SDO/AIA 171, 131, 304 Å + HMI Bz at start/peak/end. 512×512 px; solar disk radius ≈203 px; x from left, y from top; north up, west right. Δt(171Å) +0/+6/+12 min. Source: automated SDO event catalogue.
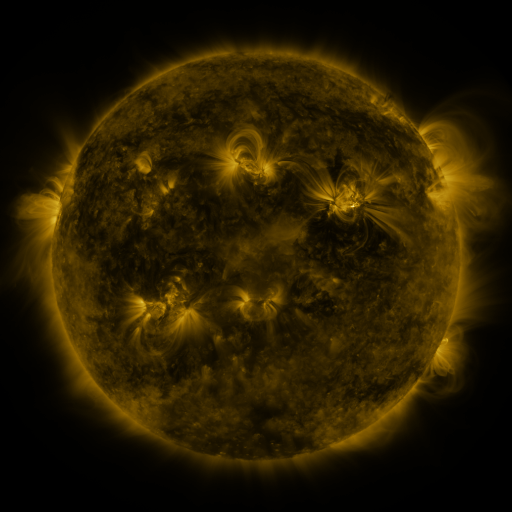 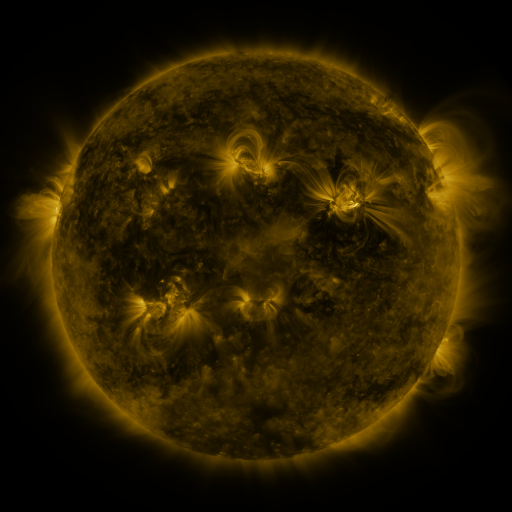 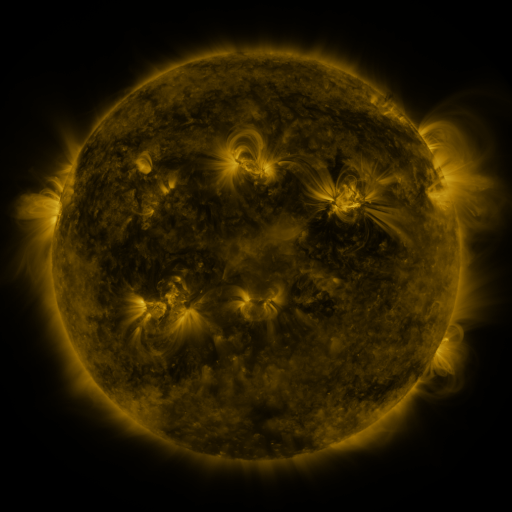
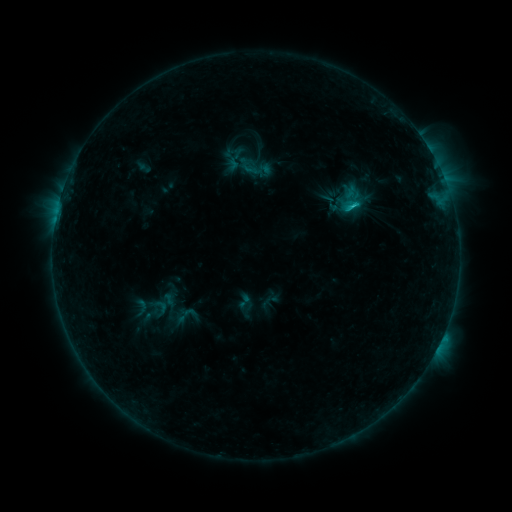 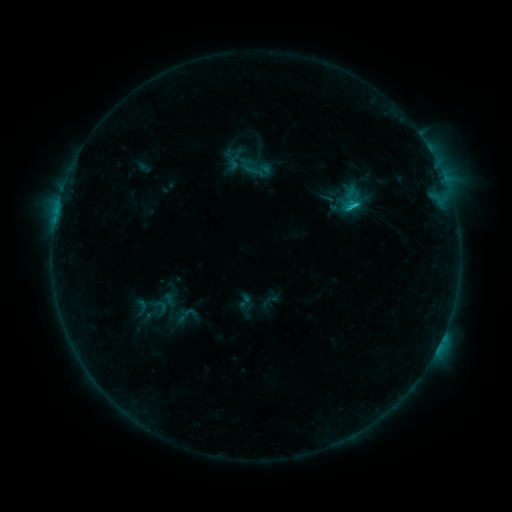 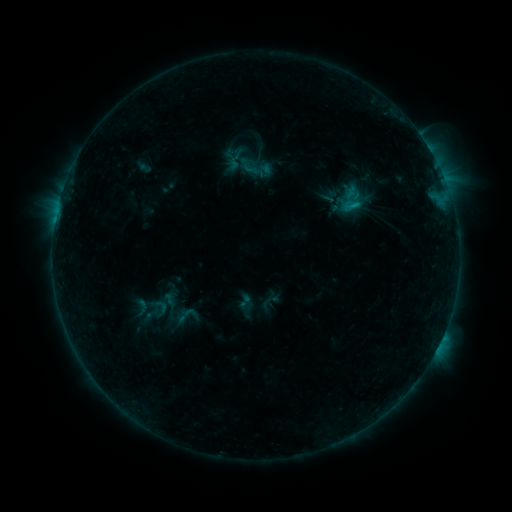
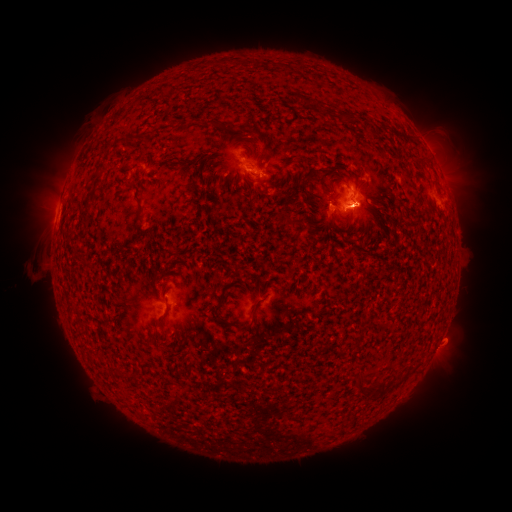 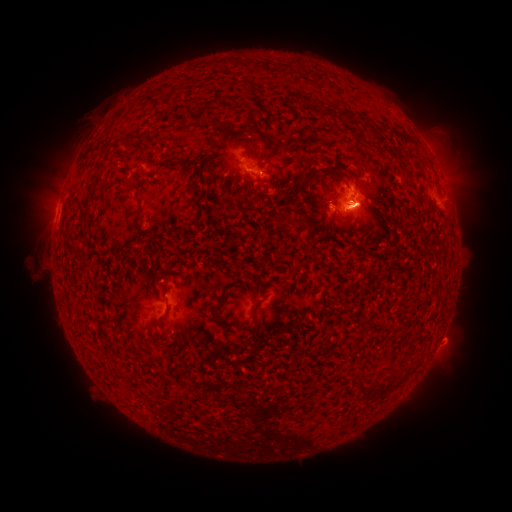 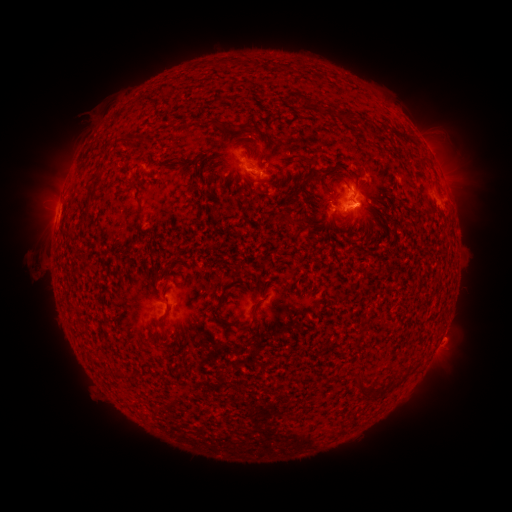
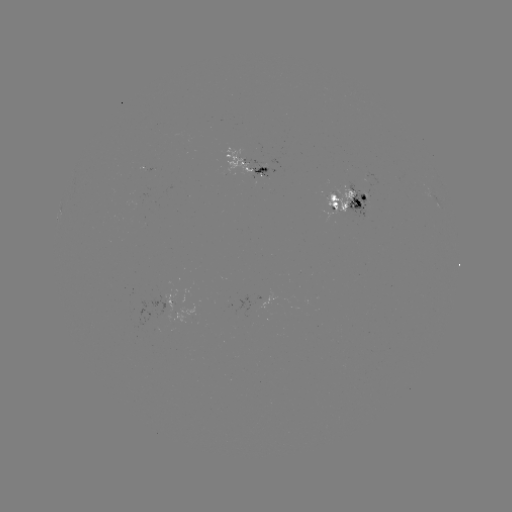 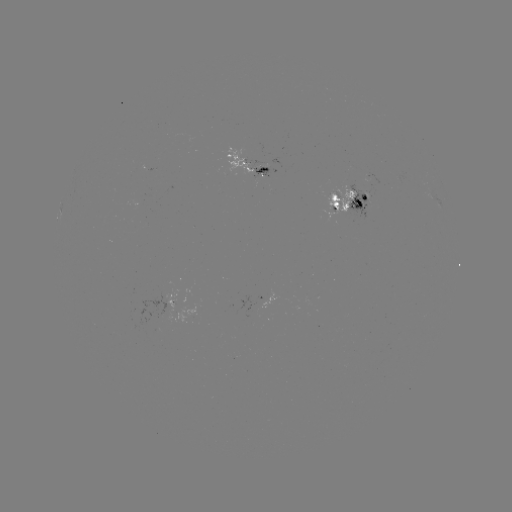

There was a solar eruption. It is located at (444, 145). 